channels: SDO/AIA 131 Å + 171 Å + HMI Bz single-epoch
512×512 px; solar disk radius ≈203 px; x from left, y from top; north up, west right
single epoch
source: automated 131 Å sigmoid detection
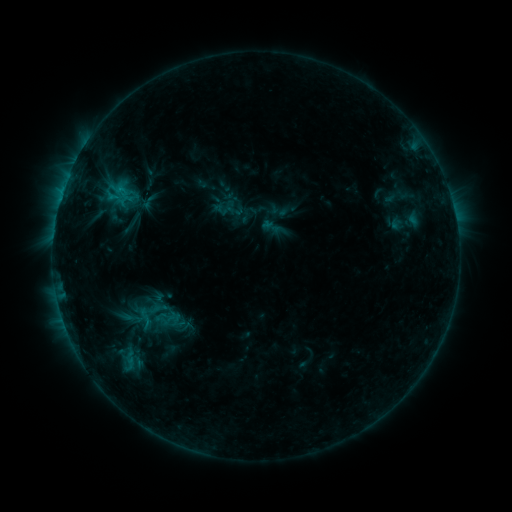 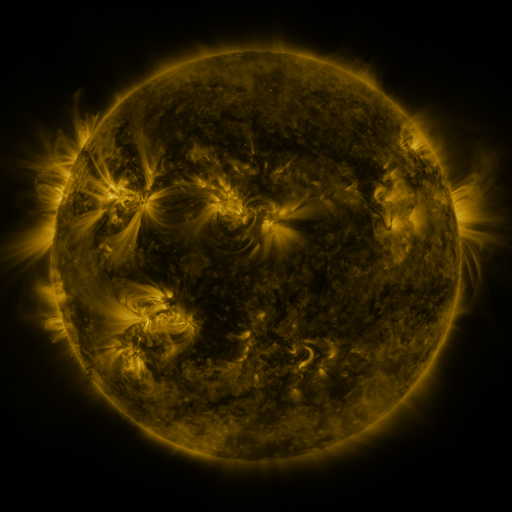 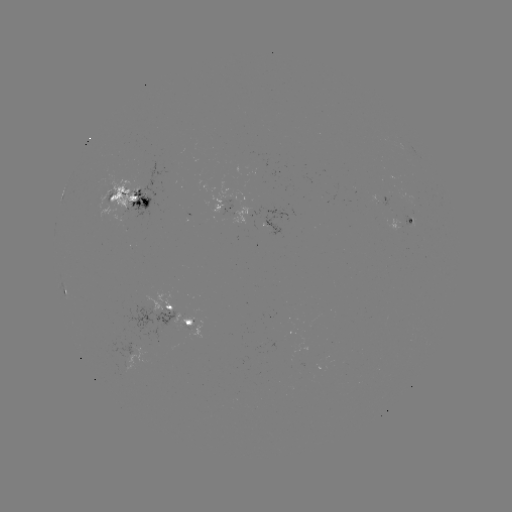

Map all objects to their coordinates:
sigmoid: (144, 318)
